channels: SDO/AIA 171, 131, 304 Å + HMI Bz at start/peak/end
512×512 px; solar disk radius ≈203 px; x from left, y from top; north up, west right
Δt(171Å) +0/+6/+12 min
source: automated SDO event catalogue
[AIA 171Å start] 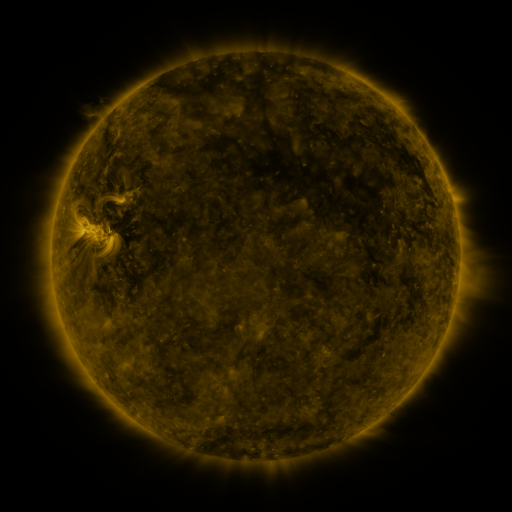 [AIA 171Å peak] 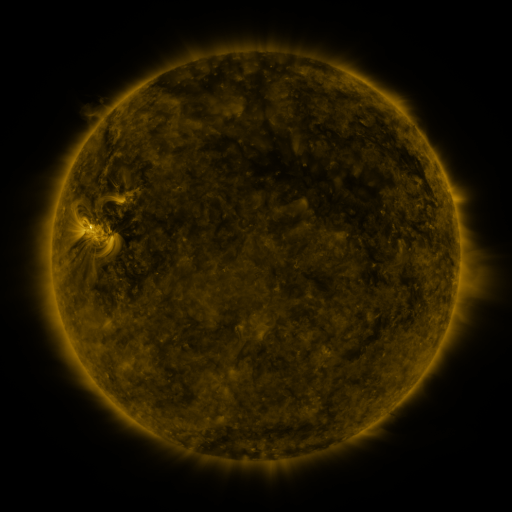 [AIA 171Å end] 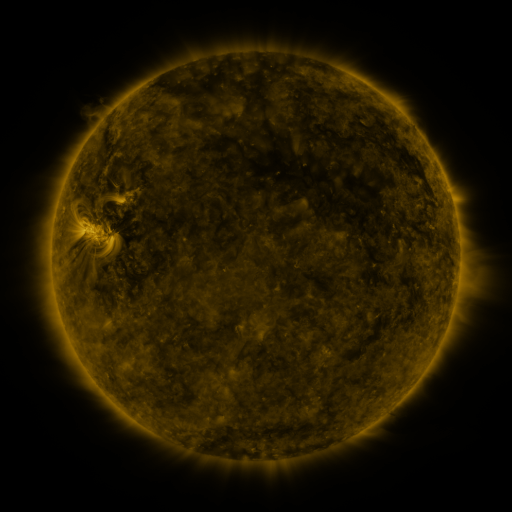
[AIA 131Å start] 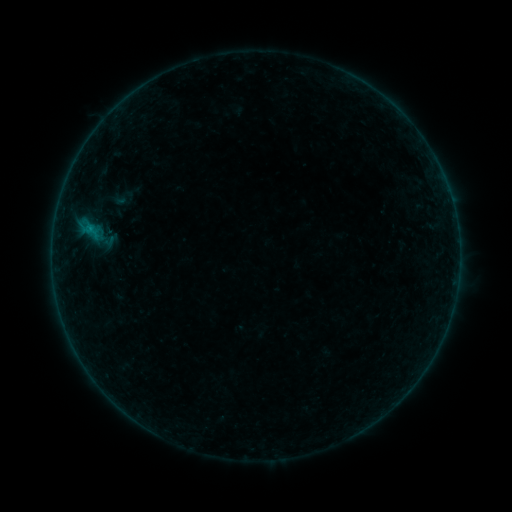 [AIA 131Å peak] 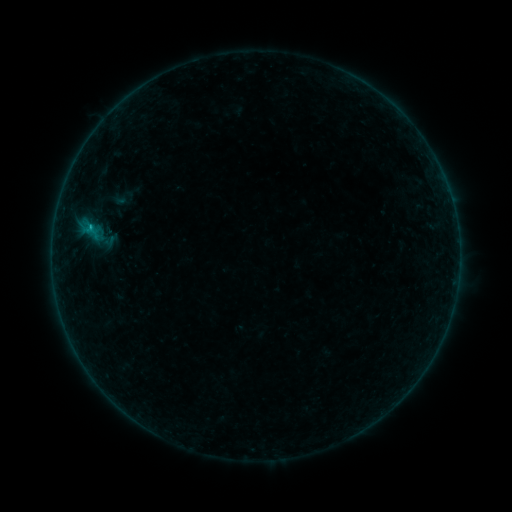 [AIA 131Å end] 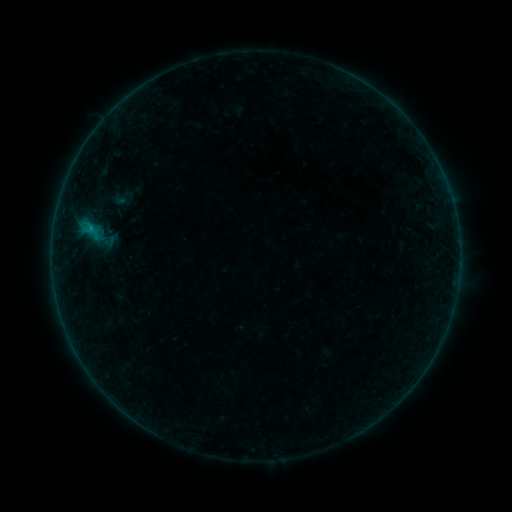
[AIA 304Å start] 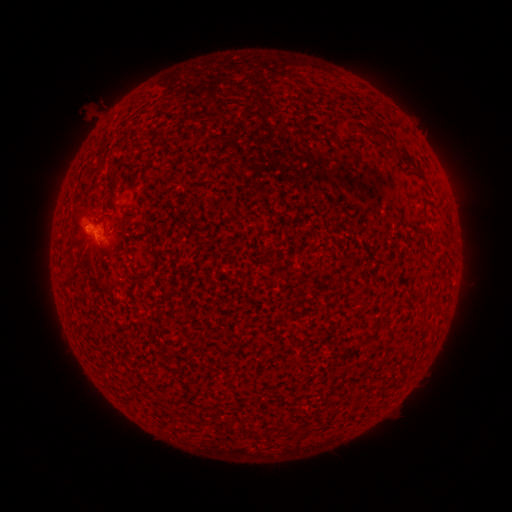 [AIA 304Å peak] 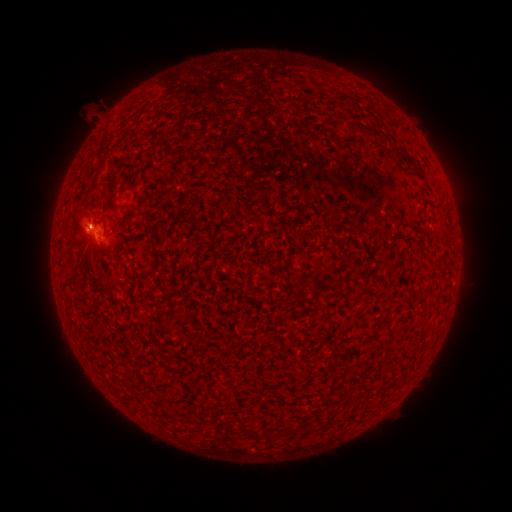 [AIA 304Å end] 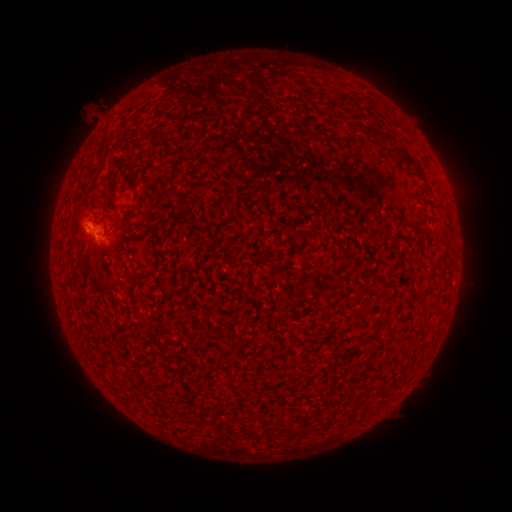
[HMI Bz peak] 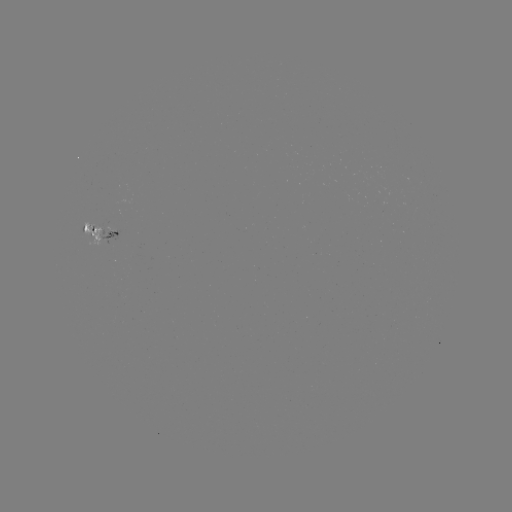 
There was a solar flare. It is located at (90, 226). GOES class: B2.4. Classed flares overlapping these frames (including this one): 1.